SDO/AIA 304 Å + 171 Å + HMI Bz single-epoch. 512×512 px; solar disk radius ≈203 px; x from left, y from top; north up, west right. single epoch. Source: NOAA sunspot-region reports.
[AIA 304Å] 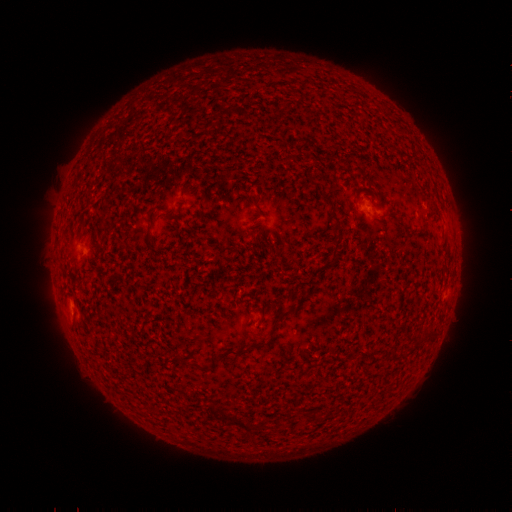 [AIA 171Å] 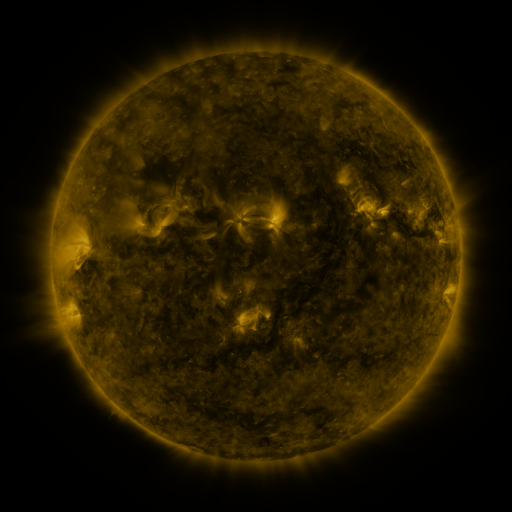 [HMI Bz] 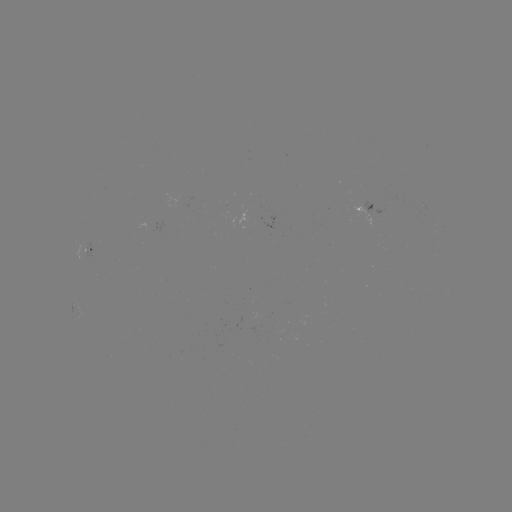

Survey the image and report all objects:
spotted active region: (368, 206)
spotted active region: (91, 250)
